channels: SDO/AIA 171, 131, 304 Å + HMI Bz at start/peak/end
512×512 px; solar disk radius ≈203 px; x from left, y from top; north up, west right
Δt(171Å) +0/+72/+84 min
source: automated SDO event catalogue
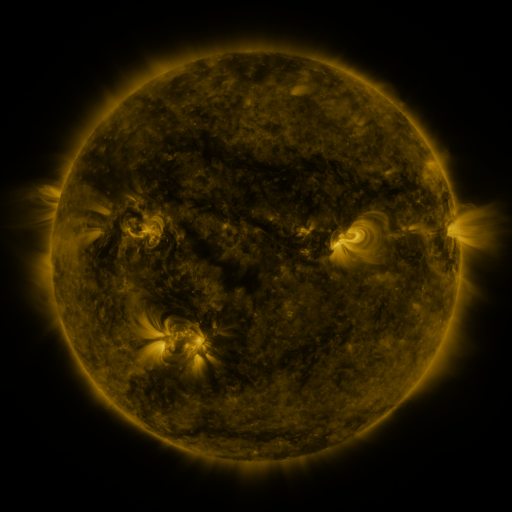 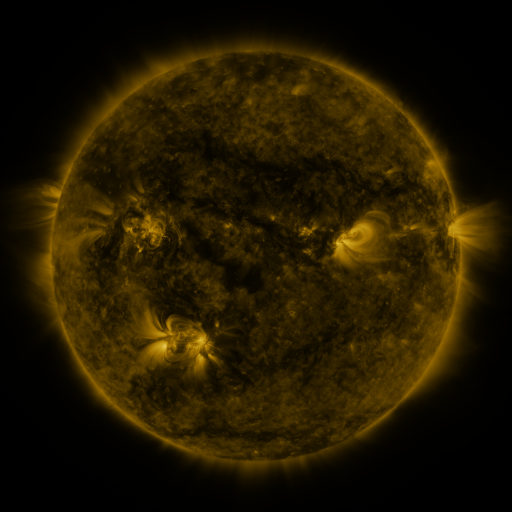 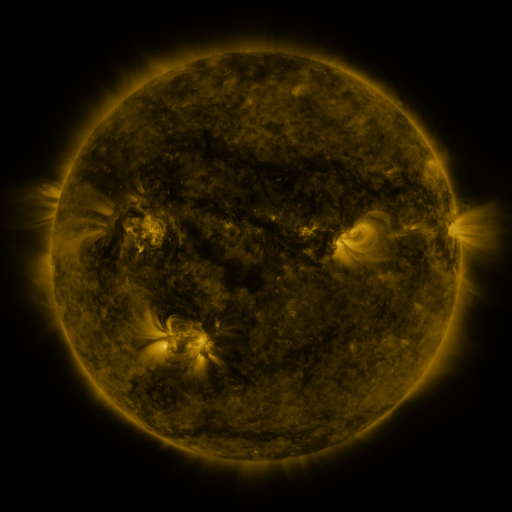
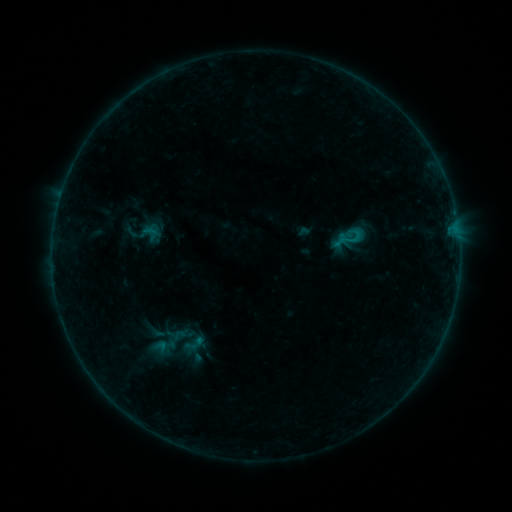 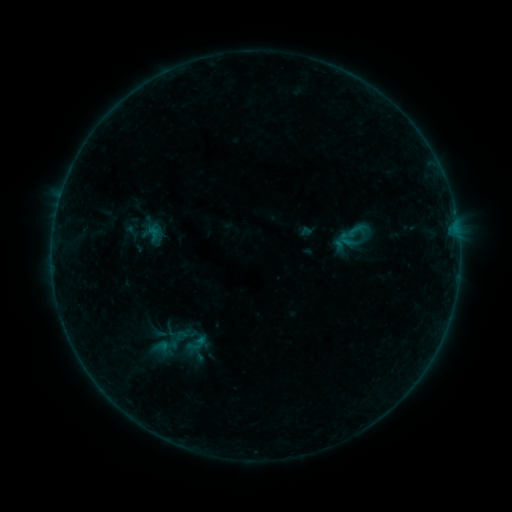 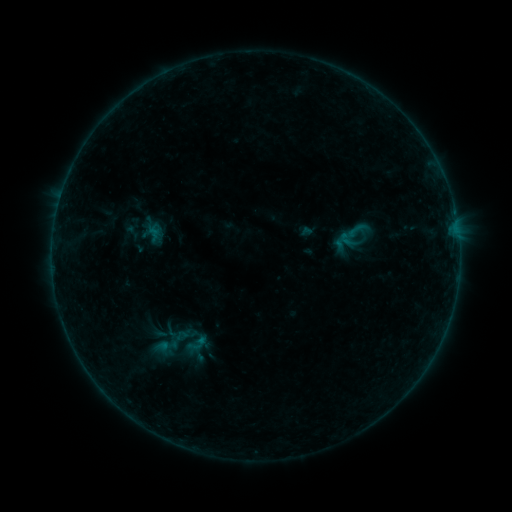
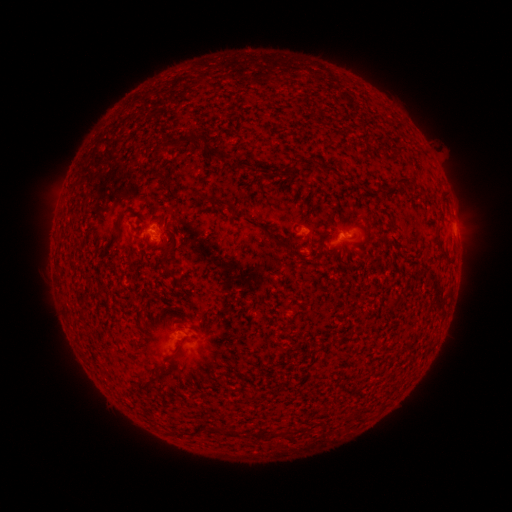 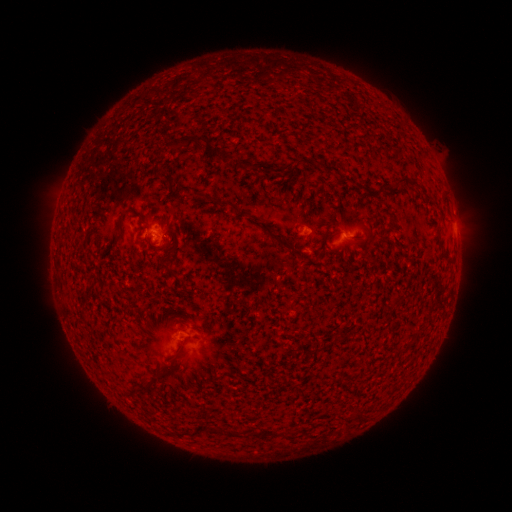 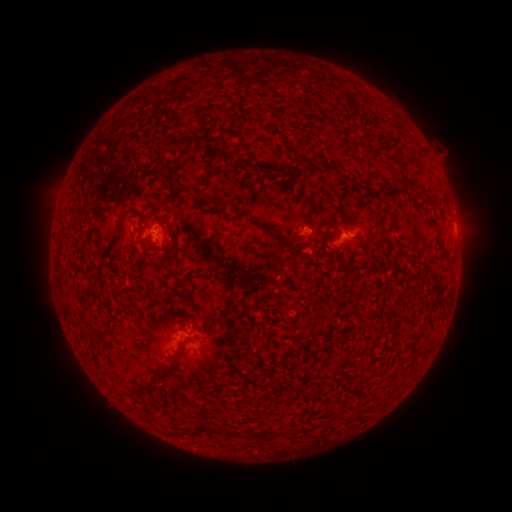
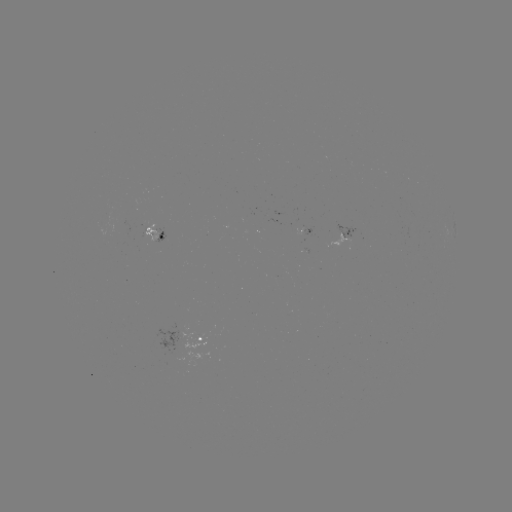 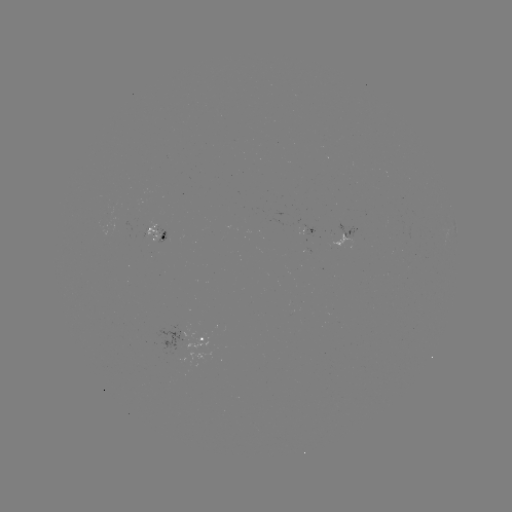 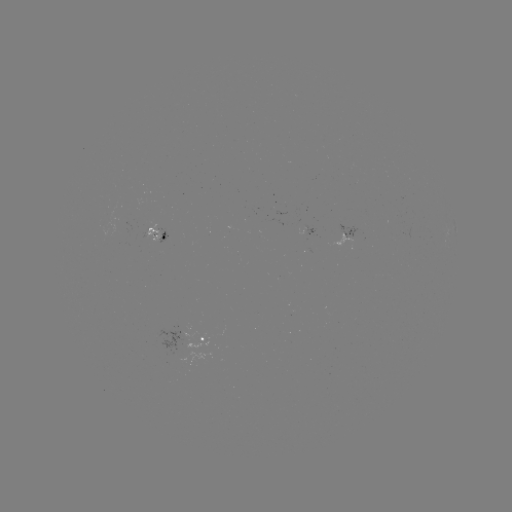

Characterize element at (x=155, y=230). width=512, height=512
emerging-flux region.